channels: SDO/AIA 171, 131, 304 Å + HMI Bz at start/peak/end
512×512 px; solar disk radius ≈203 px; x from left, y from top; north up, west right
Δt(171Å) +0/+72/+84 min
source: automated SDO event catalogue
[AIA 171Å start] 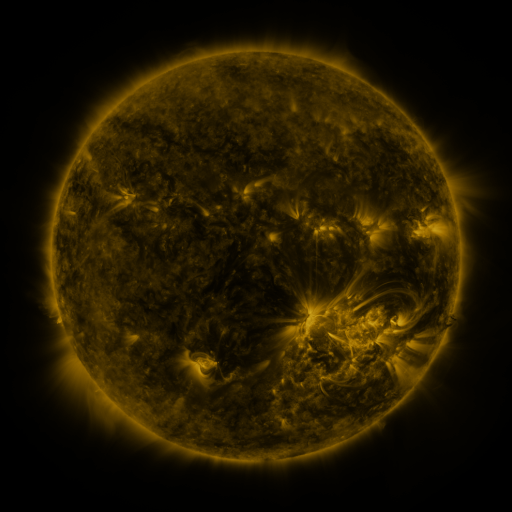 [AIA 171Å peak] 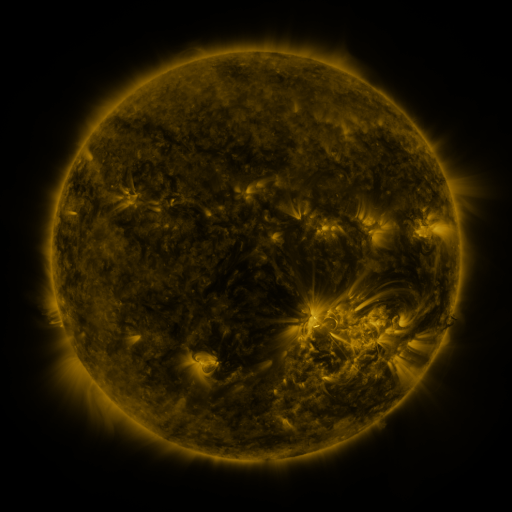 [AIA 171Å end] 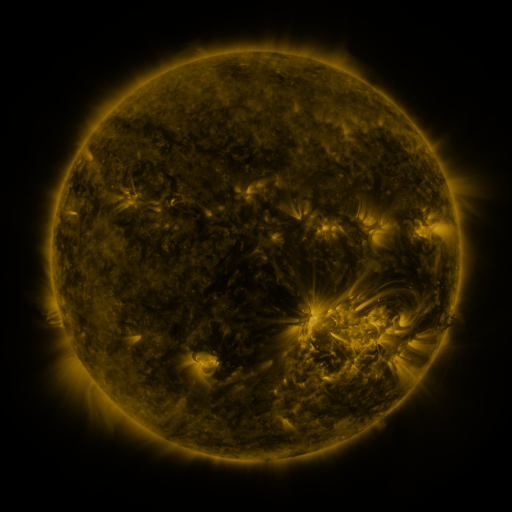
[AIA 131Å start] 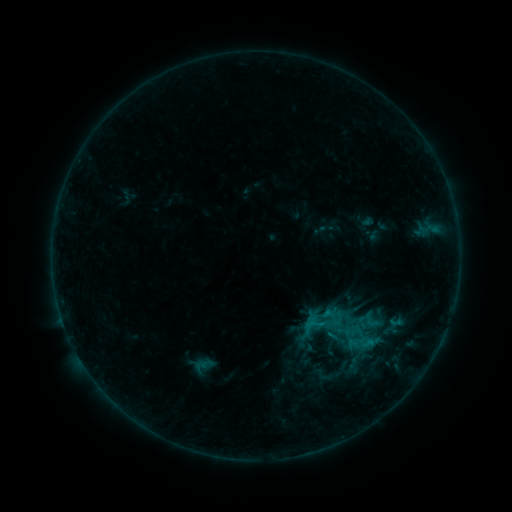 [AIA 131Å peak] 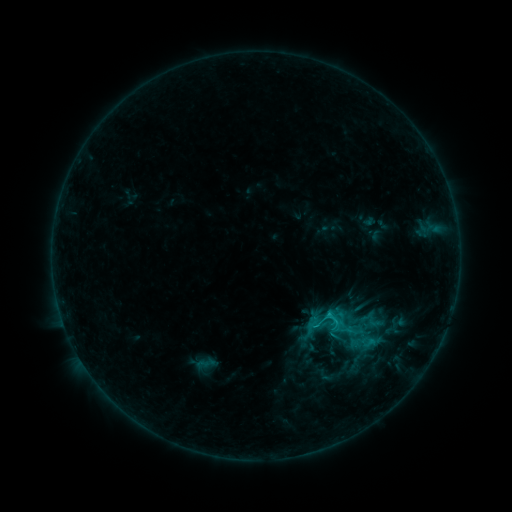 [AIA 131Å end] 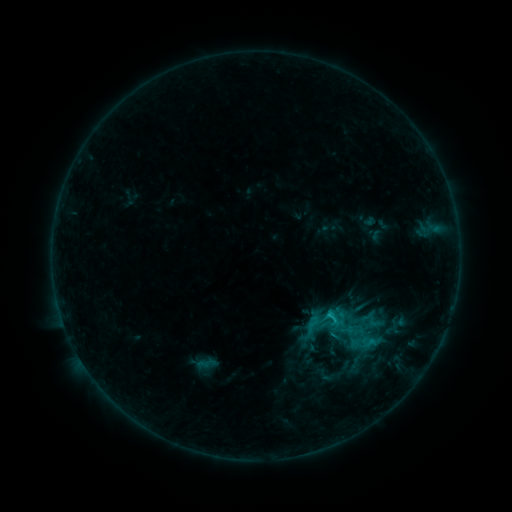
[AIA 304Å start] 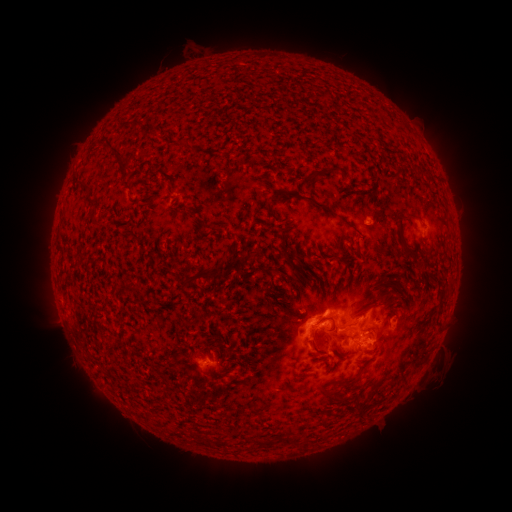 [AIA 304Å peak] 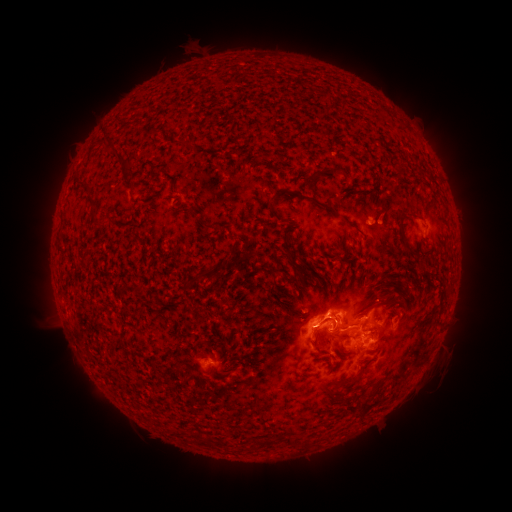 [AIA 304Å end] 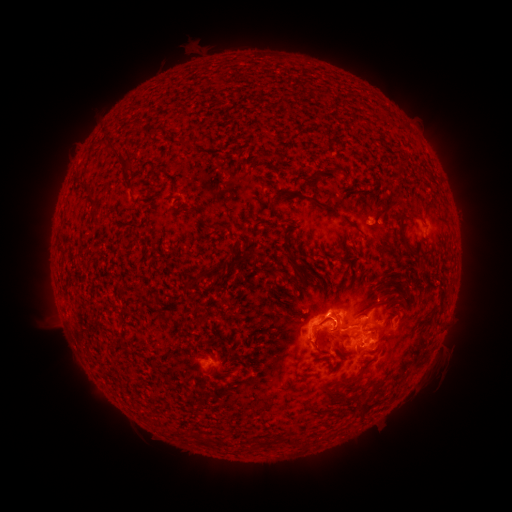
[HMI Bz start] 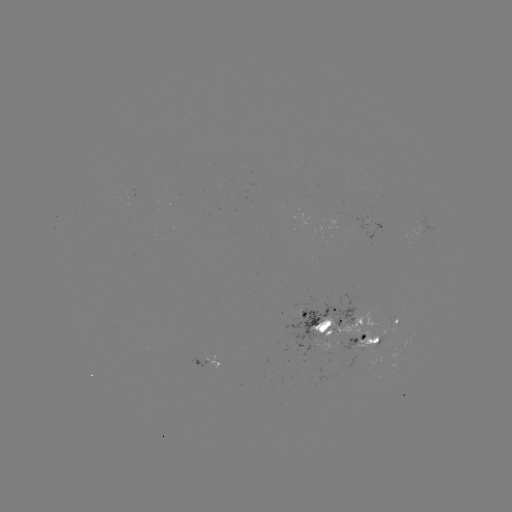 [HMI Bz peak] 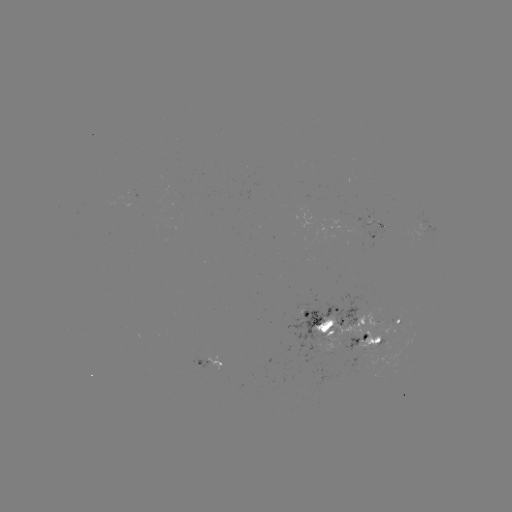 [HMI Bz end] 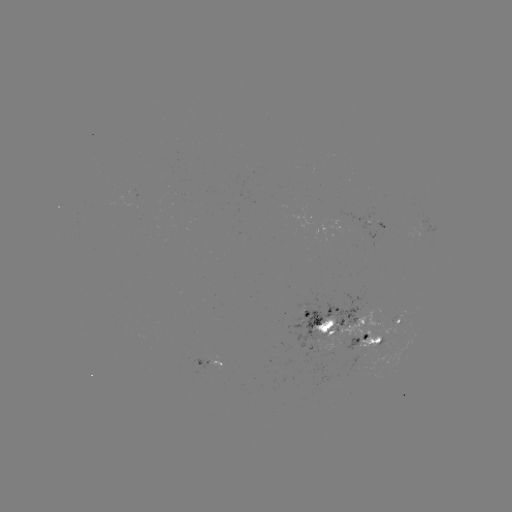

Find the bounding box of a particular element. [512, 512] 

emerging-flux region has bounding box [189, 356, 210, 369].